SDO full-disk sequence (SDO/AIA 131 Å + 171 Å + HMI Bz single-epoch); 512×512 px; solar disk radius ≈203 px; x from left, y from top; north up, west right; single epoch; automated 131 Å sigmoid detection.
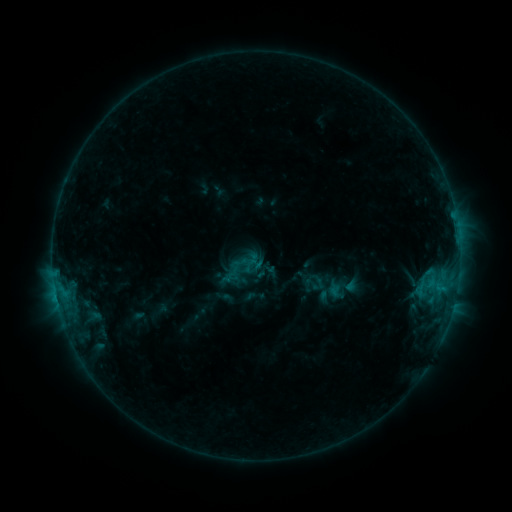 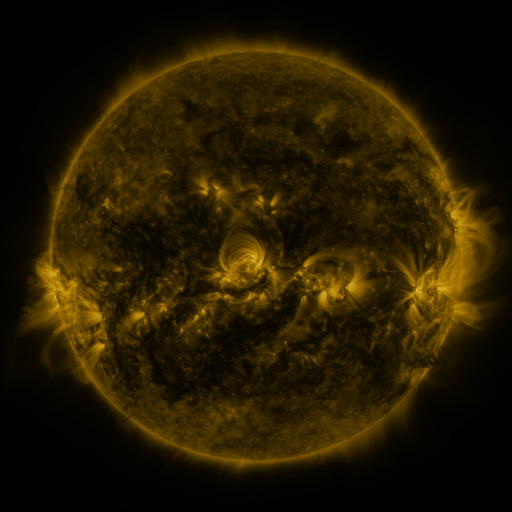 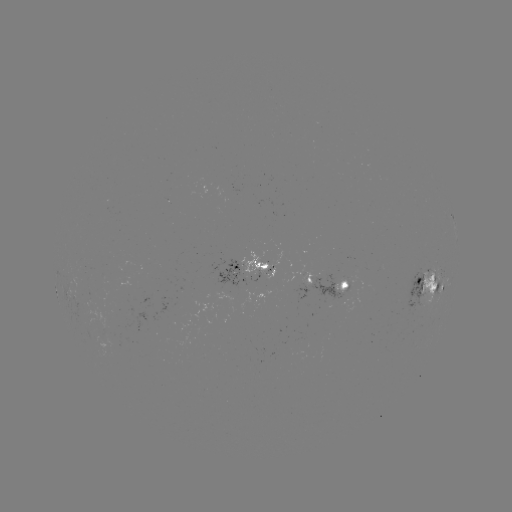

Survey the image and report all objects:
sigmoid: (232, 262, 251, 280)
